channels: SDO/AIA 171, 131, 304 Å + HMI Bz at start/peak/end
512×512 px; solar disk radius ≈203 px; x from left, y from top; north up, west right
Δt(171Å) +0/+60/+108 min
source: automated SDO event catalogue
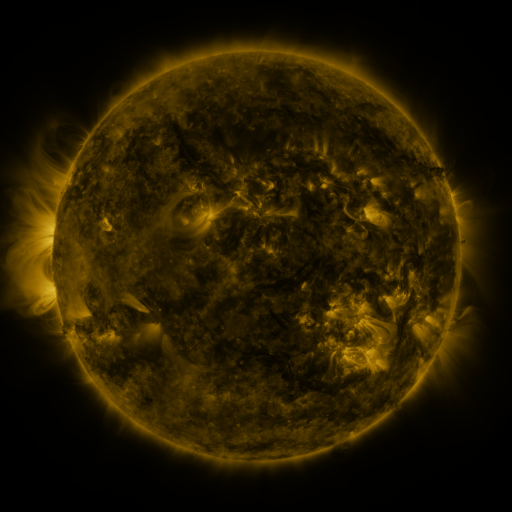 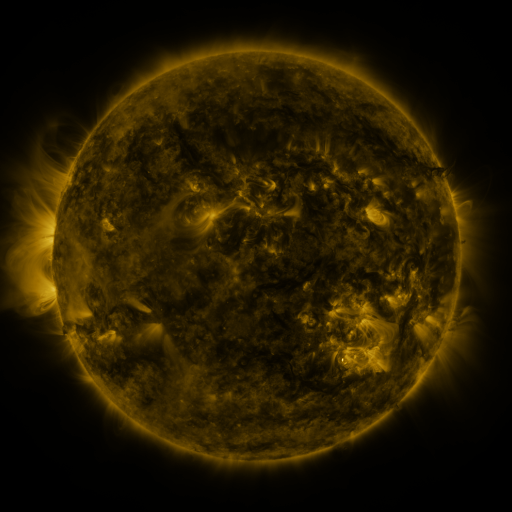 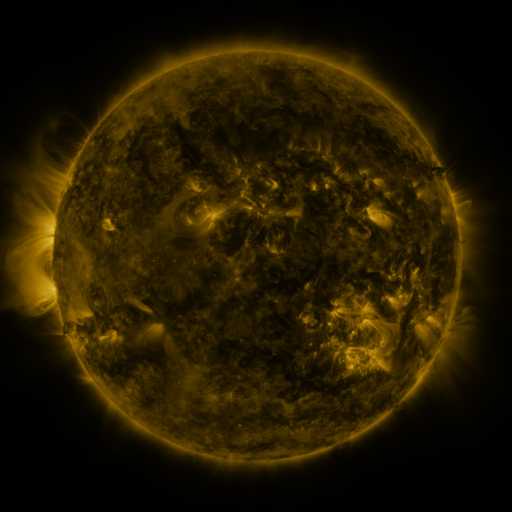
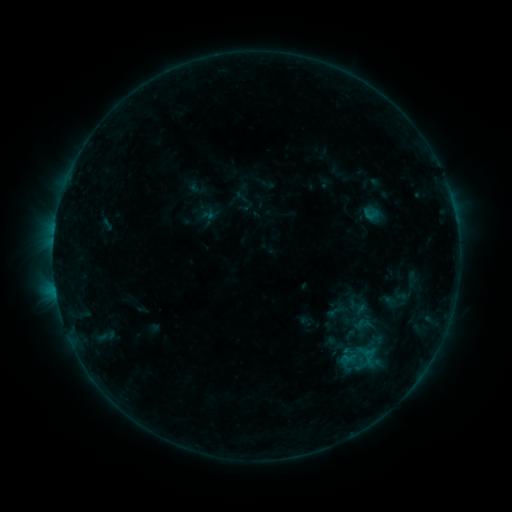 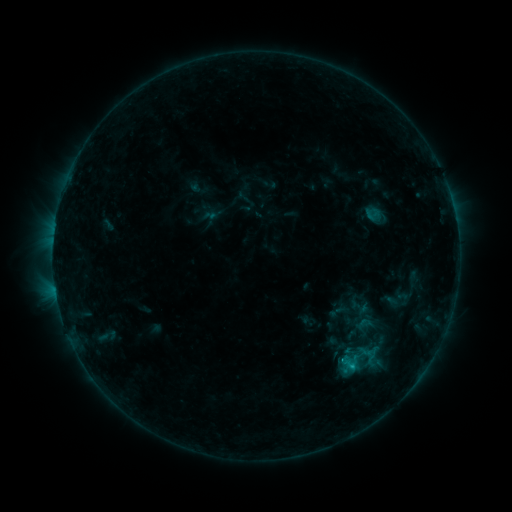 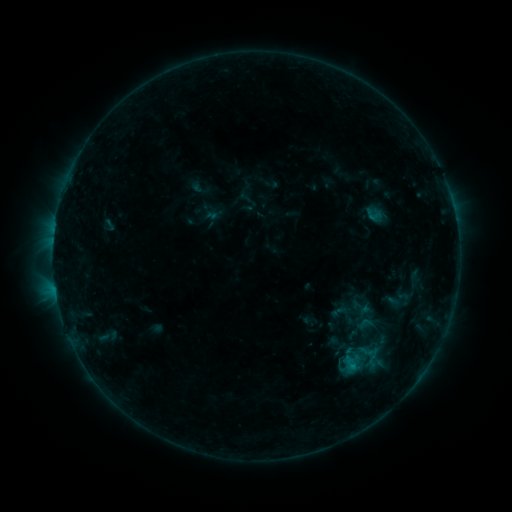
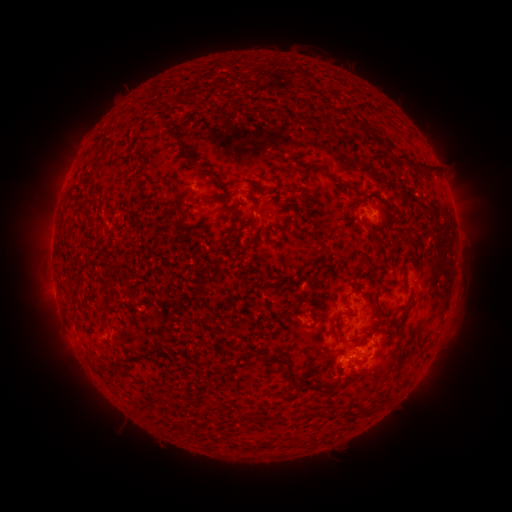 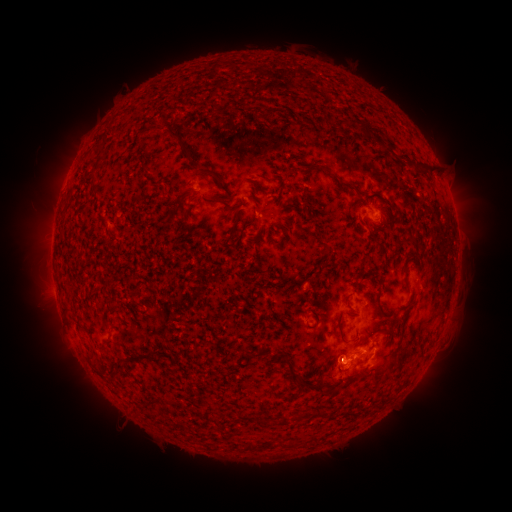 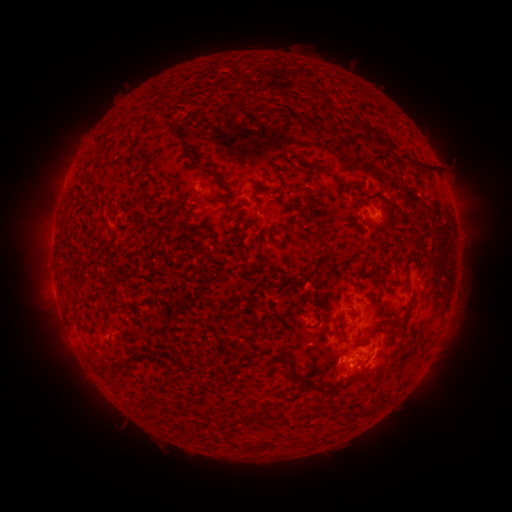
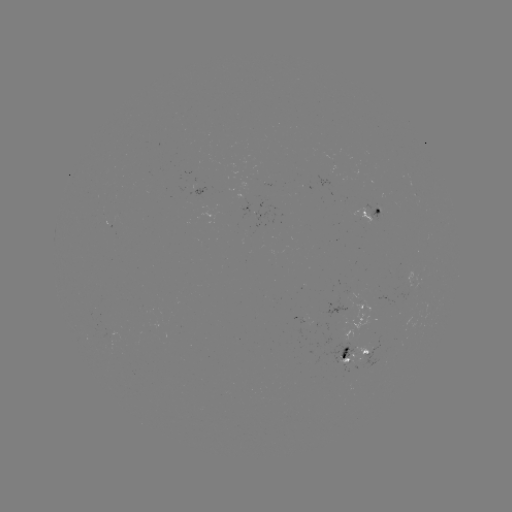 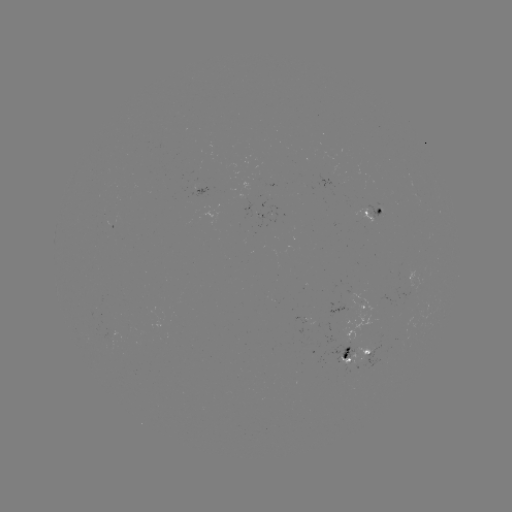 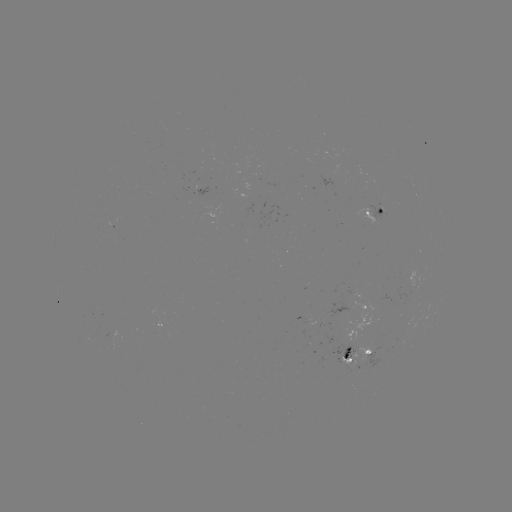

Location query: B8.8 flare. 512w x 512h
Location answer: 351,366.